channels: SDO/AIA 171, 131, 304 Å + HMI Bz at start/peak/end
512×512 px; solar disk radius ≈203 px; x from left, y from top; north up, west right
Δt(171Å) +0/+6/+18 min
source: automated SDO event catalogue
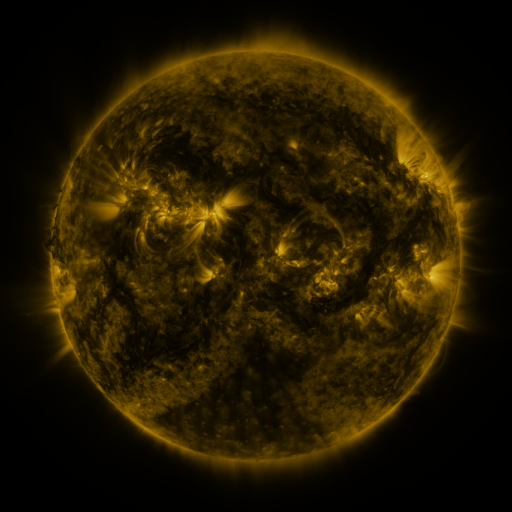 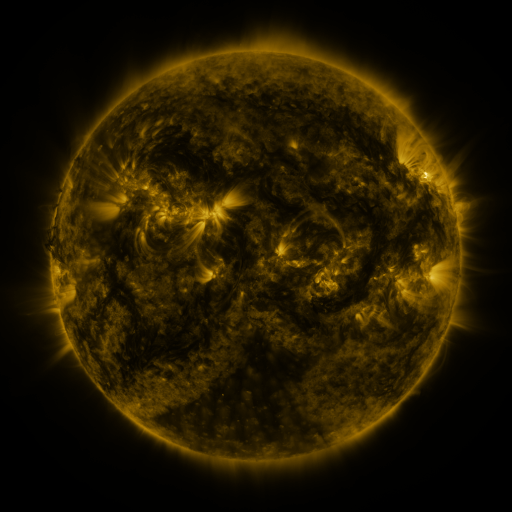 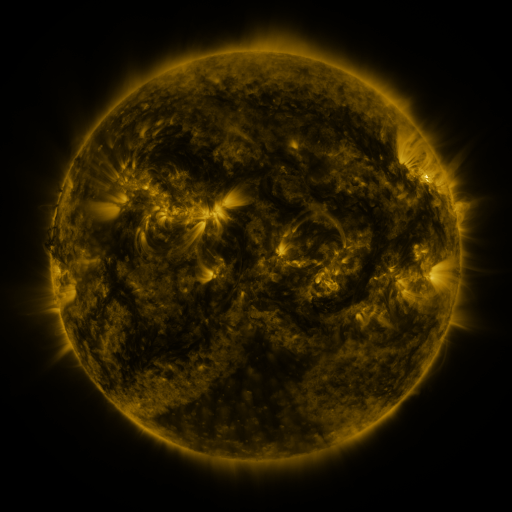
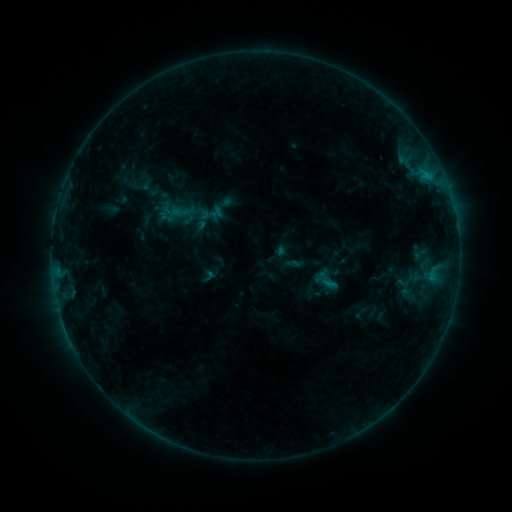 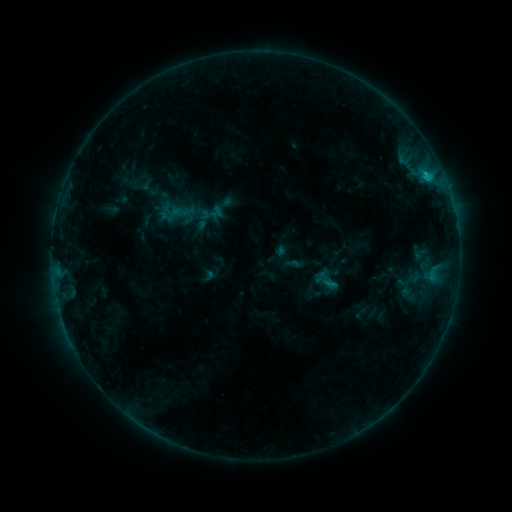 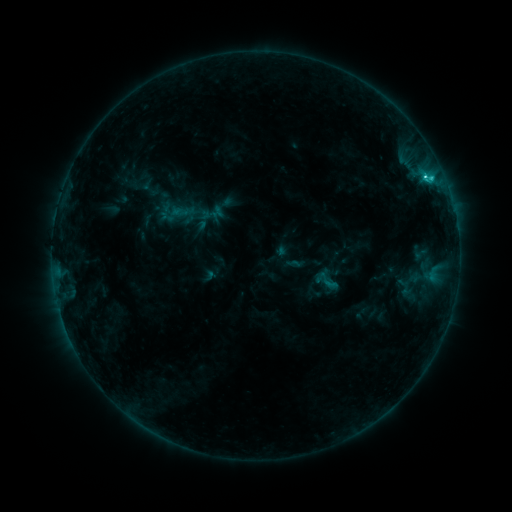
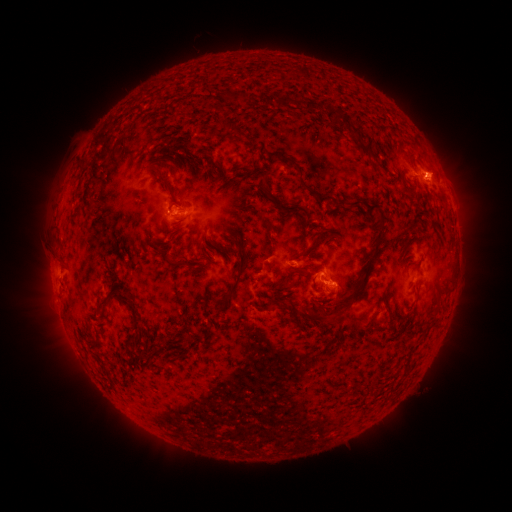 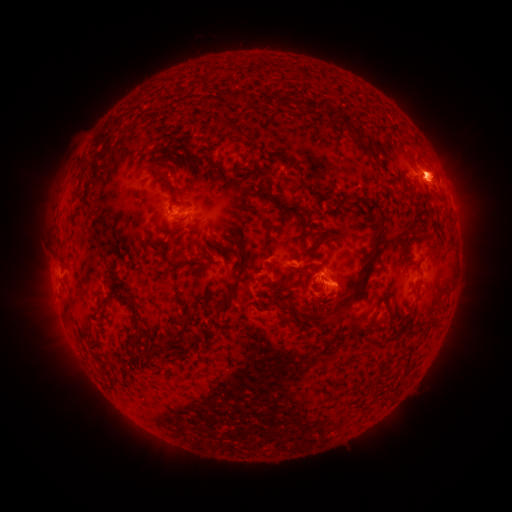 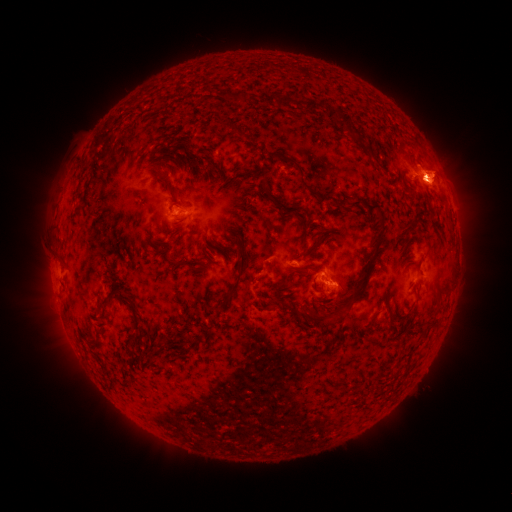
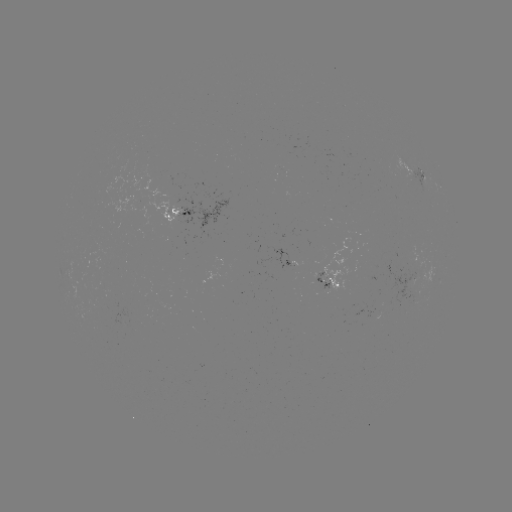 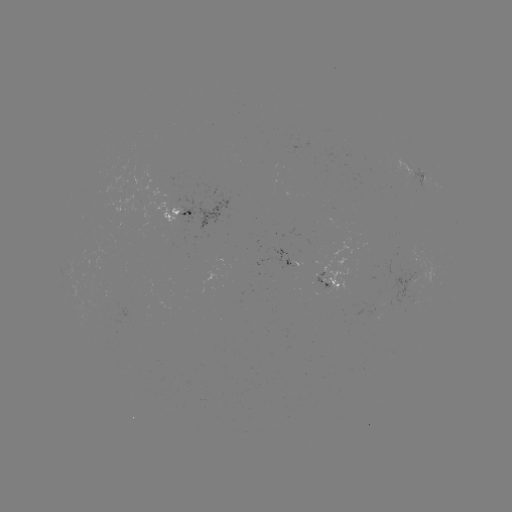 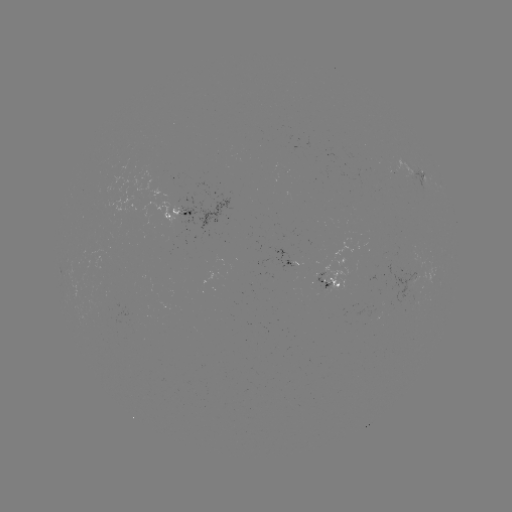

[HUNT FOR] eruption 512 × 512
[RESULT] (438, 175)